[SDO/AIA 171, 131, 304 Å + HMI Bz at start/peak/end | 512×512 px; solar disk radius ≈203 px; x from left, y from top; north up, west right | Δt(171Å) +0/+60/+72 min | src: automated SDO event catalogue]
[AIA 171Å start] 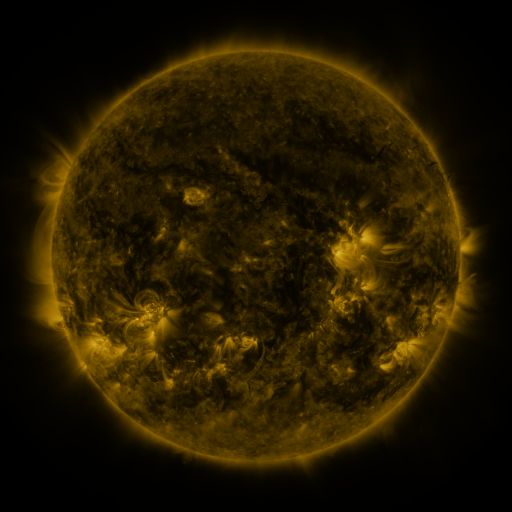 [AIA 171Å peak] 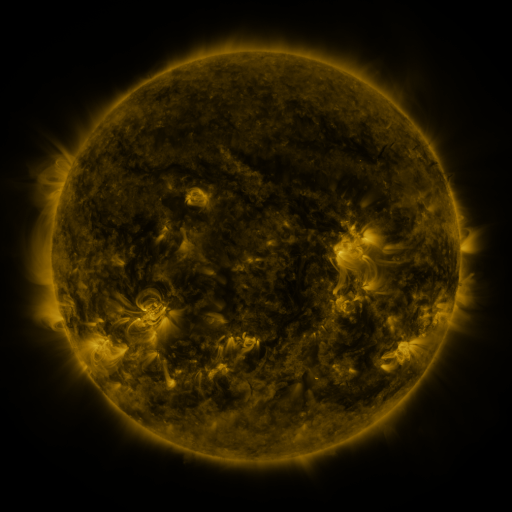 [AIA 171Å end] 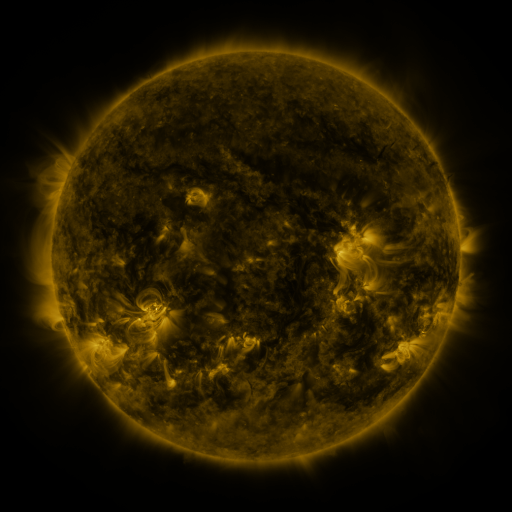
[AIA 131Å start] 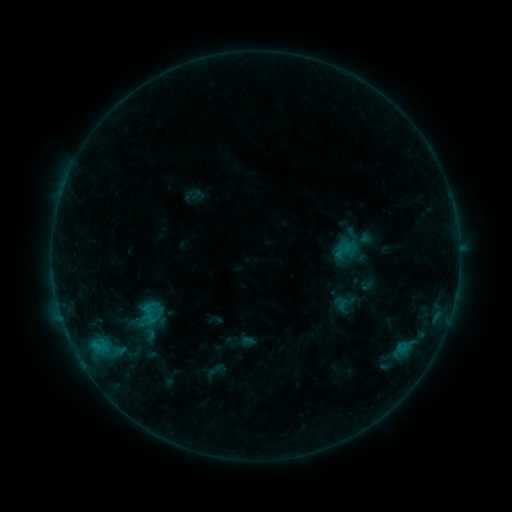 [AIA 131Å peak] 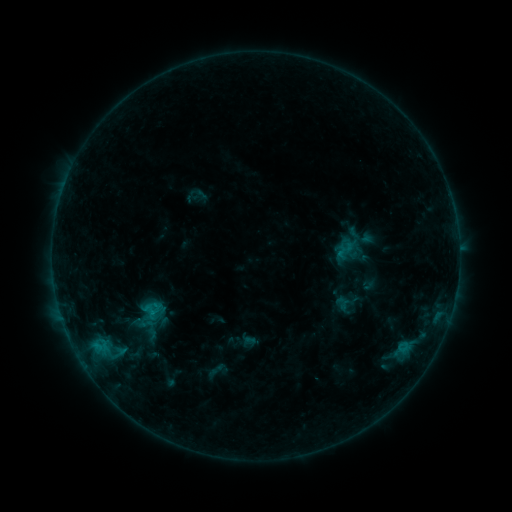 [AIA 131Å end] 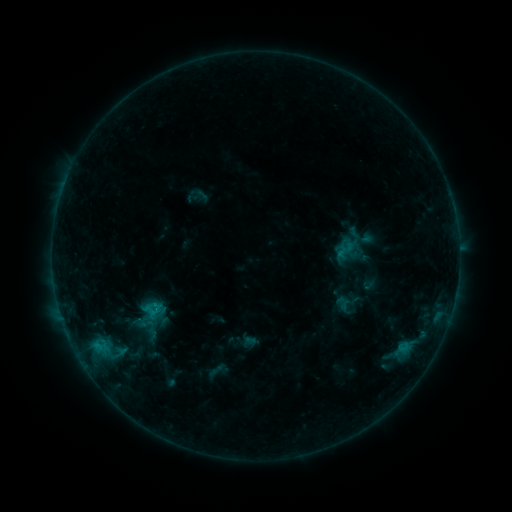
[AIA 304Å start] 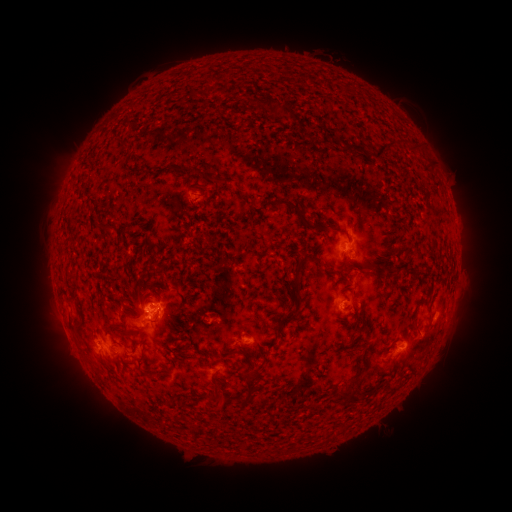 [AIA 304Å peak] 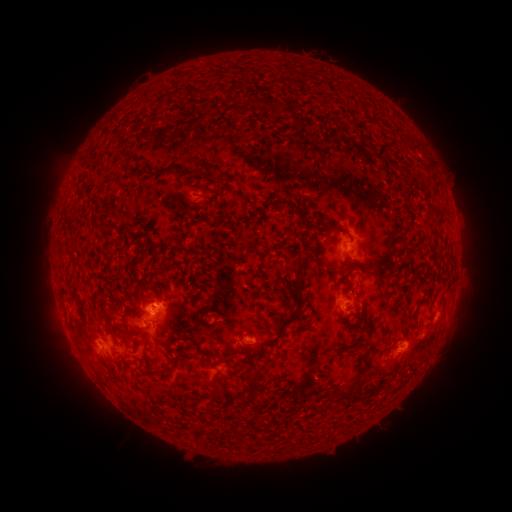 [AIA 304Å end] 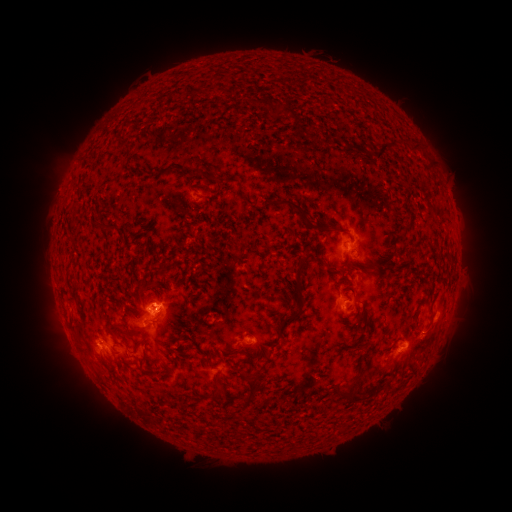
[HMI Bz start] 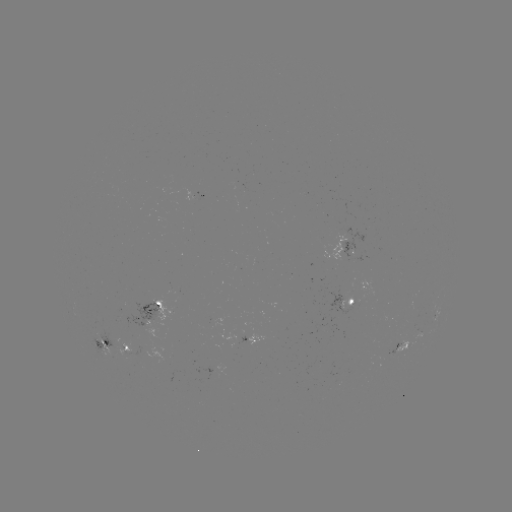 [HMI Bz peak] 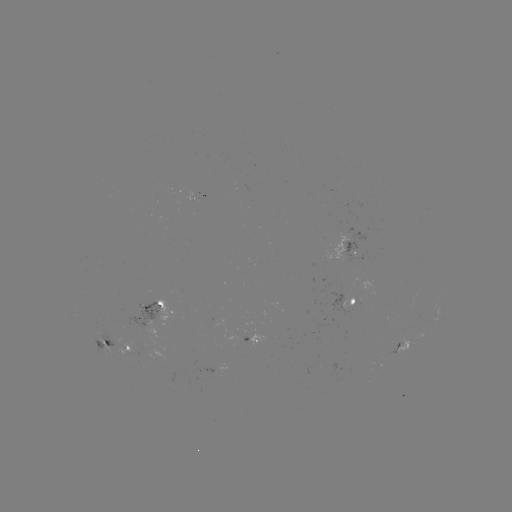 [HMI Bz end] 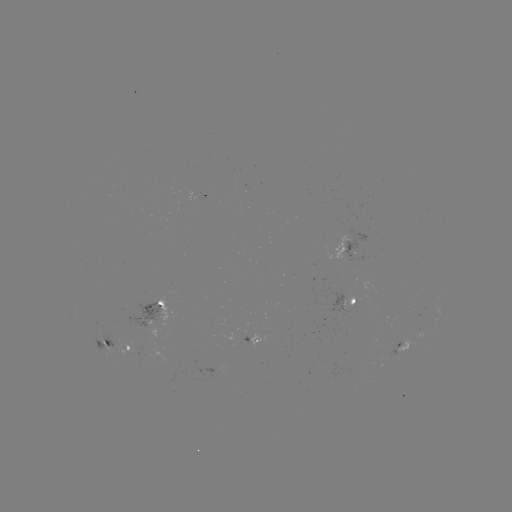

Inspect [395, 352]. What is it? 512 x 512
emerging-flux region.